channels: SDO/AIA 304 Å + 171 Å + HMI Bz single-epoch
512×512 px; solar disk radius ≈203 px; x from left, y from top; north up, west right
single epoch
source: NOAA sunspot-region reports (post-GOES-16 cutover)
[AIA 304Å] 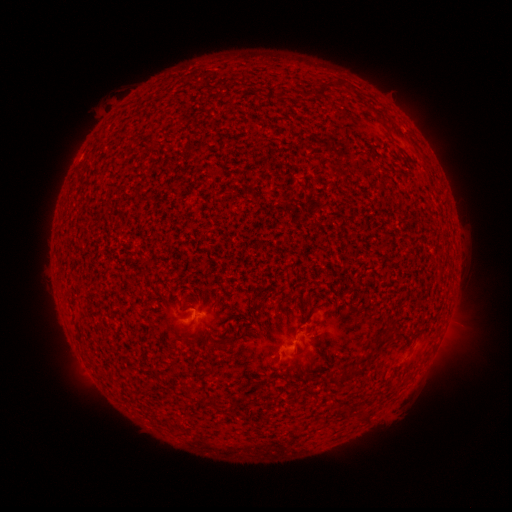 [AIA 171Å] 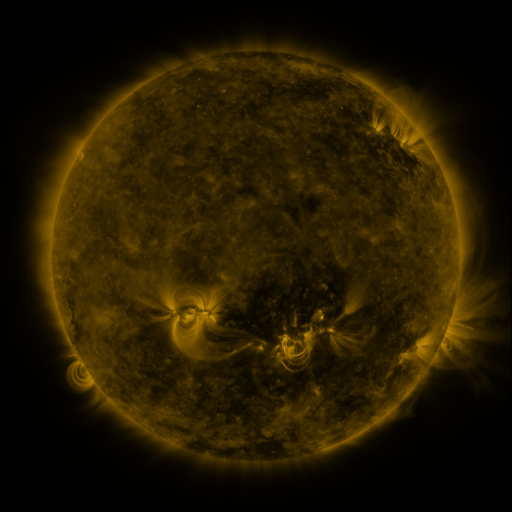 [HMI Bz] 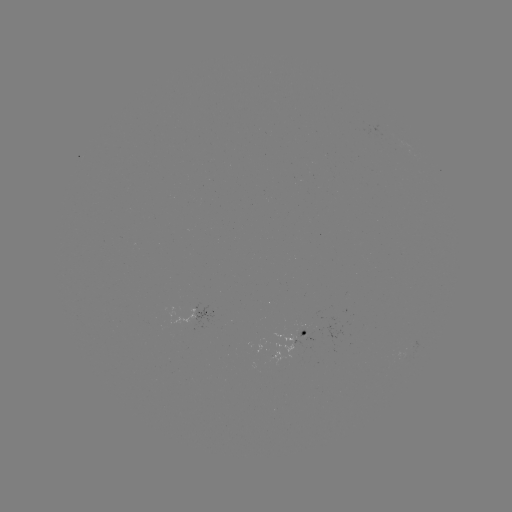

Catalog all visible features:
spotted active region: (204, 308)
spotted active region: (304, 332)
